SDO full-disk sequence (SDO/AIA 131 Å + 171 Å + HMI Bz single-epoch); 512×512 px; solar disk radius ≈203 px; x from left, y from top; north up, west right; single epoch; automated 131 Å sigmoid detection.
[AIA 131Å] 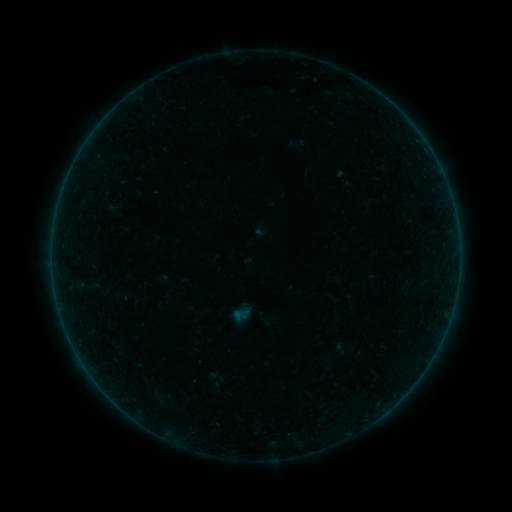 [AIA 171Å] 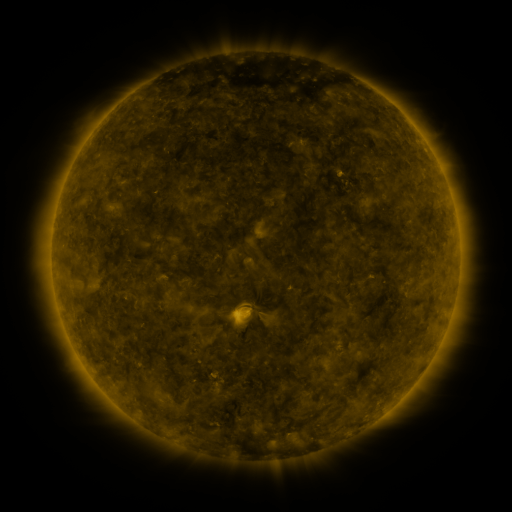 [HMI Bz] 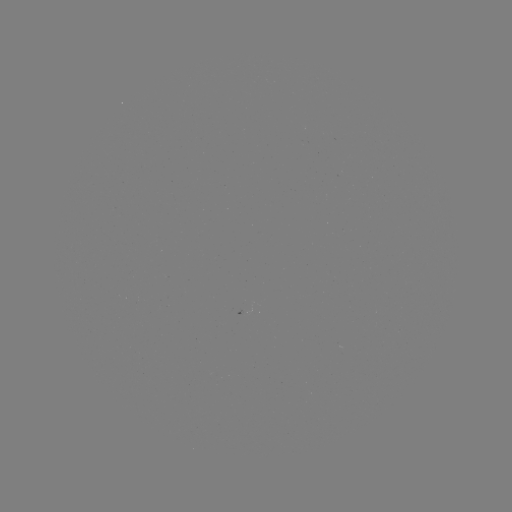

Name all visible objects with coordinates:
sigmoid: [205, 368, 227, 386]
